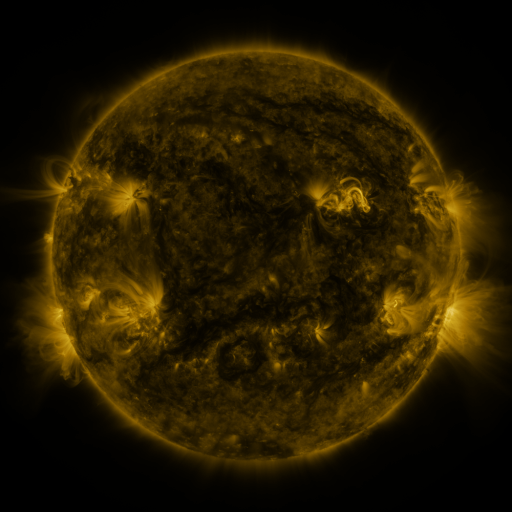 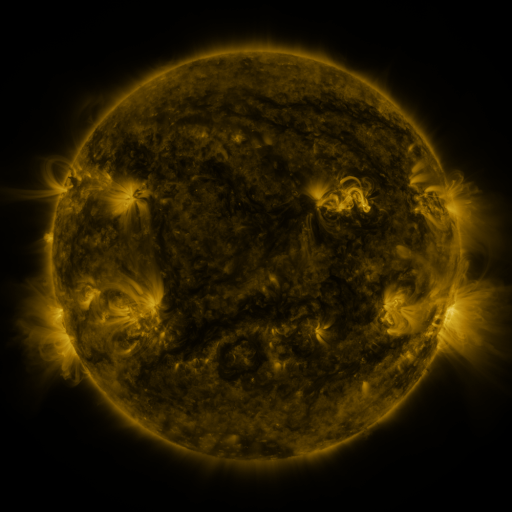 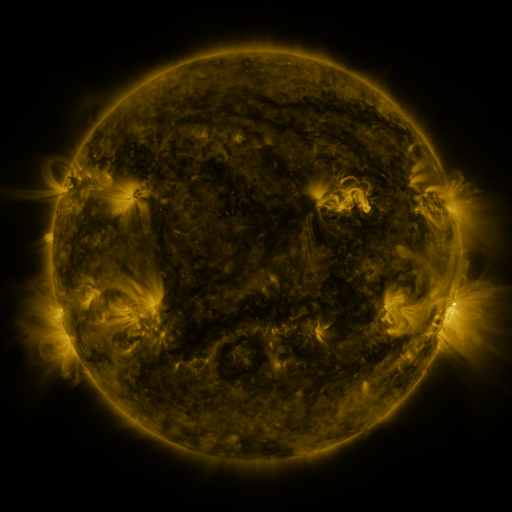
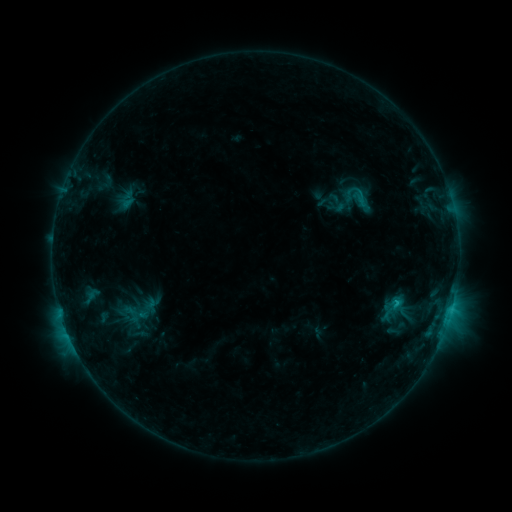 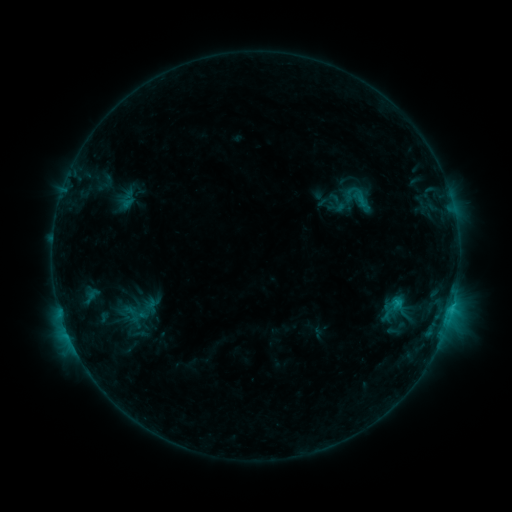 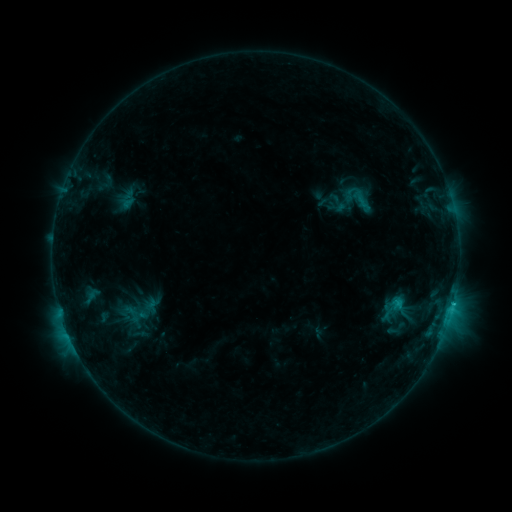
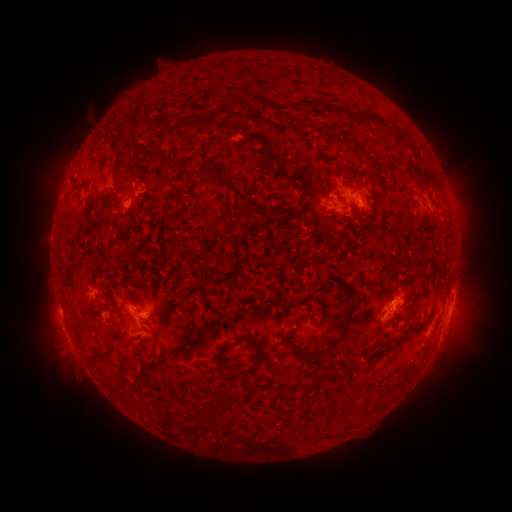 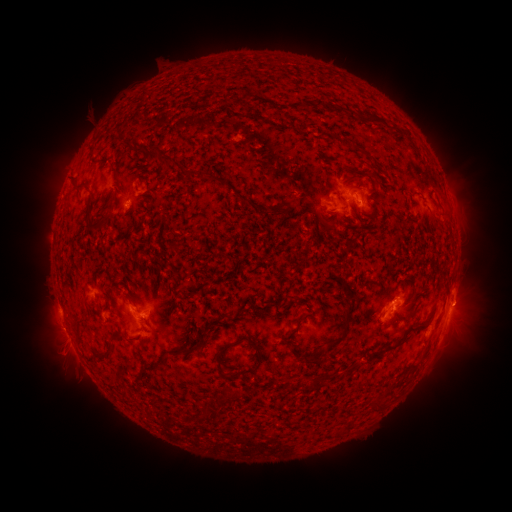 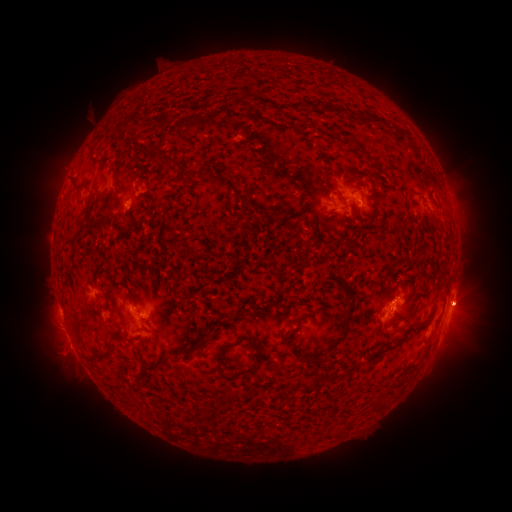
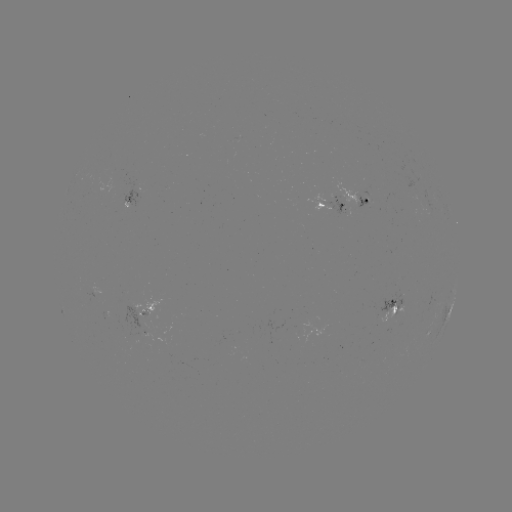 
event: eruption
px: (465, 304)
